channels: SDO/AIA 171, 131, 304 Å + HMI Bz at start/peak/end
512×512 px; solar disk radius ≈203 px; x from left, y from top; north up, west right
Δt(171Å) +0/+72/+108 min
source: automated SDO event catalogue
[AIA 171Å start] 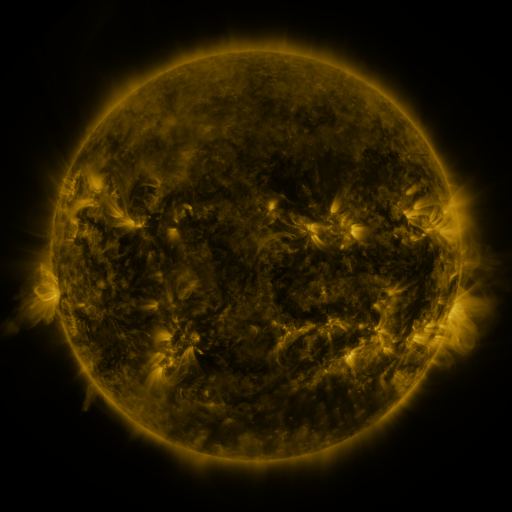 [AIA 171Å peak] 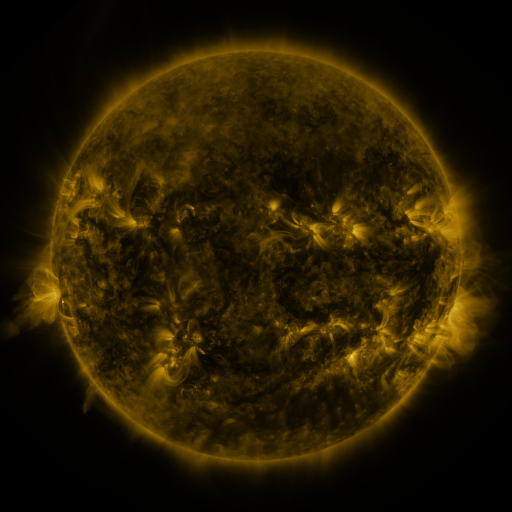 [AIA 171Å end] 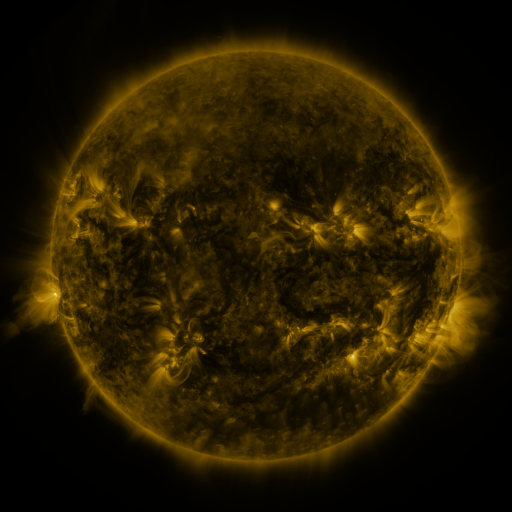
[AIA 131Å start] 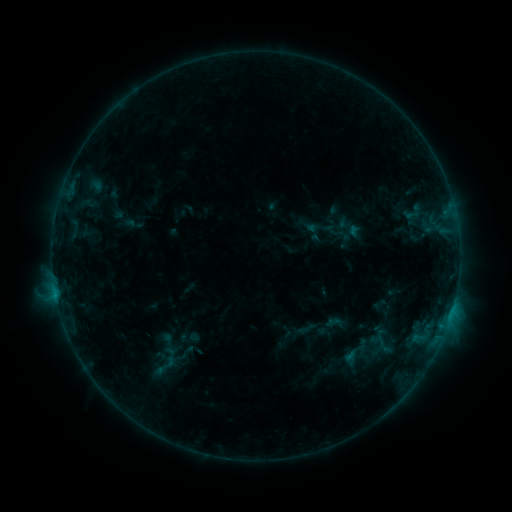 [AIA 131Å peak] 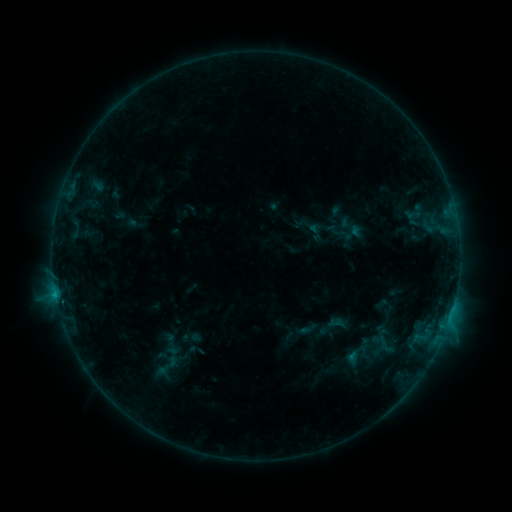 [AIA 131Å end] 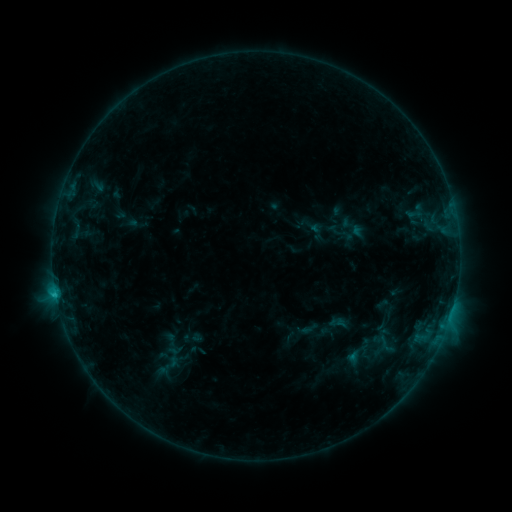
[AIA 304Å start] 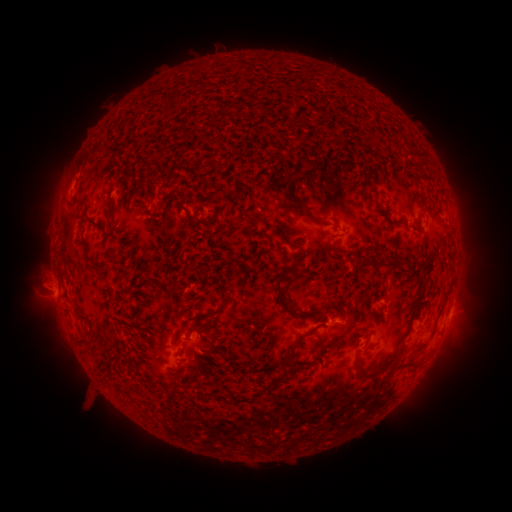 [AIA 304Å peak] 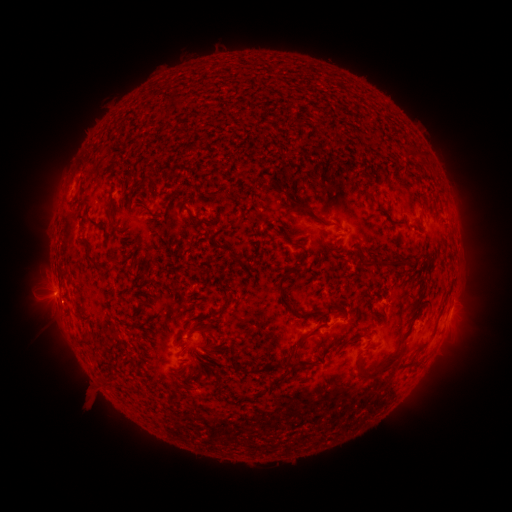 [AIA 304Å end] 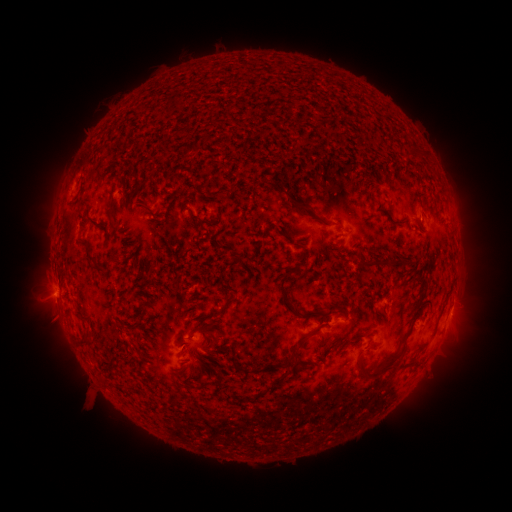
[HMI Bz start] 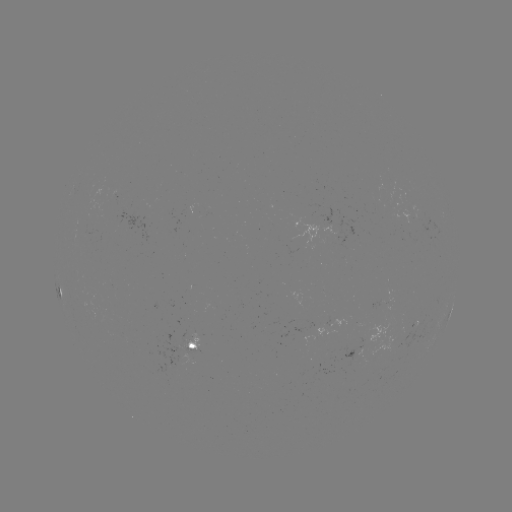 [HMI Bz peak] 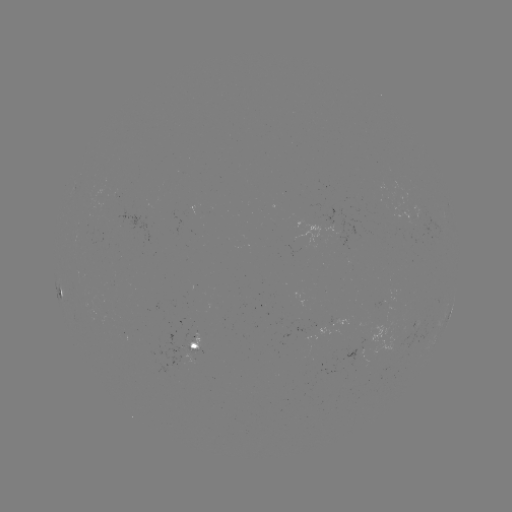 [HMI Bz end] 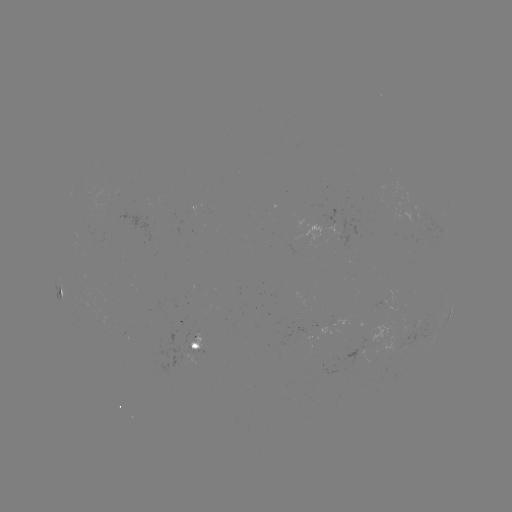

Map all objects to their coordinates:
emerging-flux region: (349, 245)
